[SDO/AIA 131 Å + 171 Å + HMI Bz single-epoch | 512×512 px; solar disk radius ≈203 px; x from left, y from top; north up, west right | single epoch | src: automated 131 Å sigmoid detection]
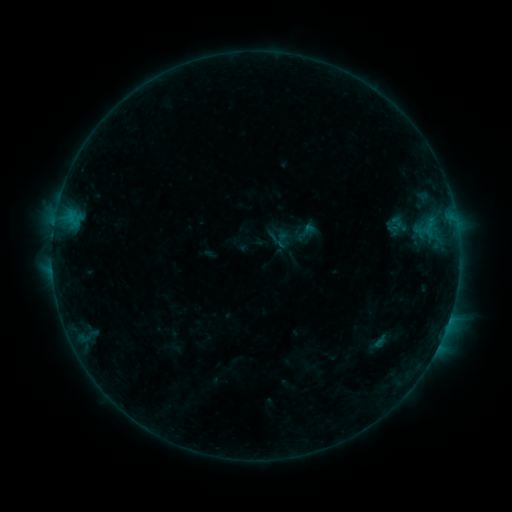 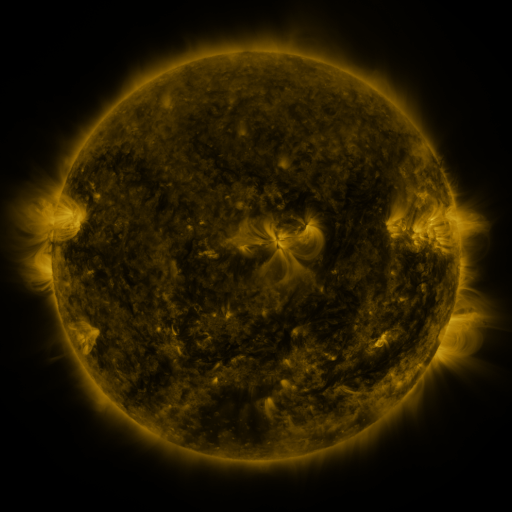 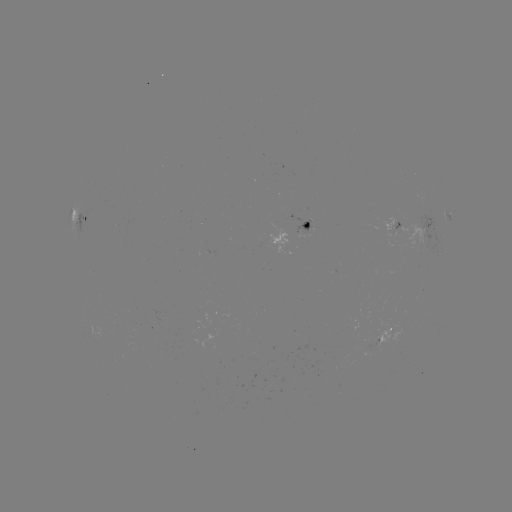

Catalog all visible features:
sigmoid: (272, 232, 290, 249)
